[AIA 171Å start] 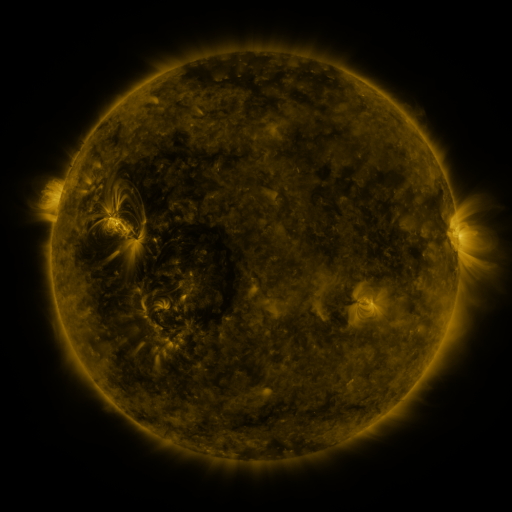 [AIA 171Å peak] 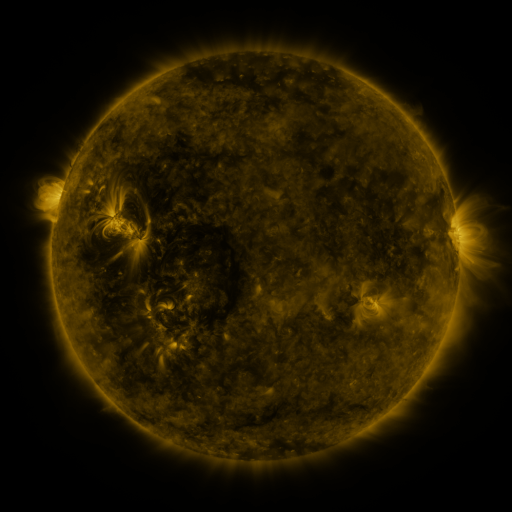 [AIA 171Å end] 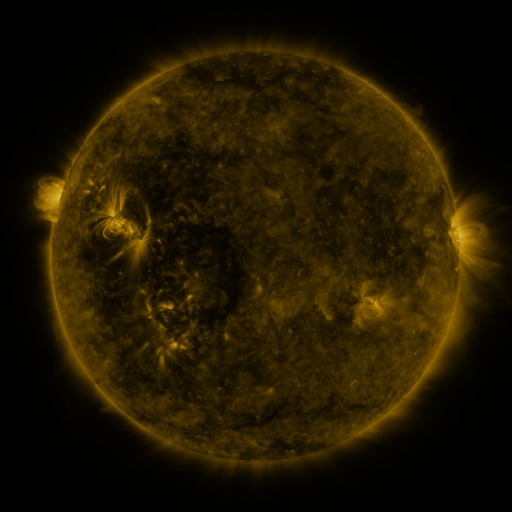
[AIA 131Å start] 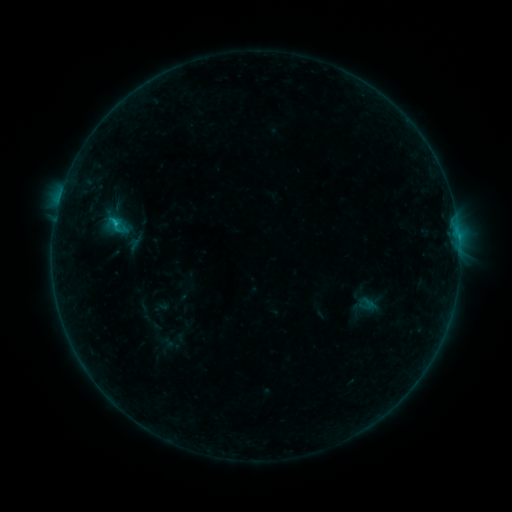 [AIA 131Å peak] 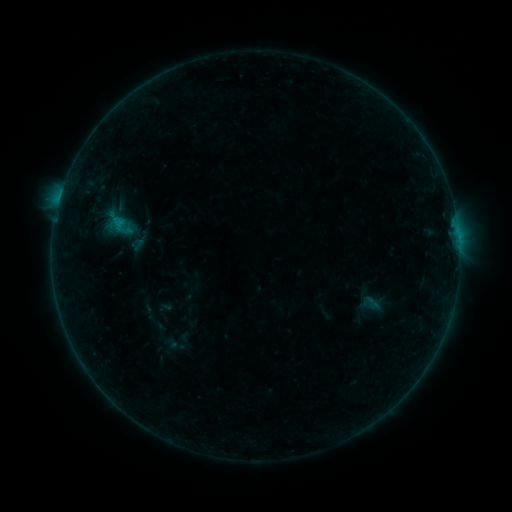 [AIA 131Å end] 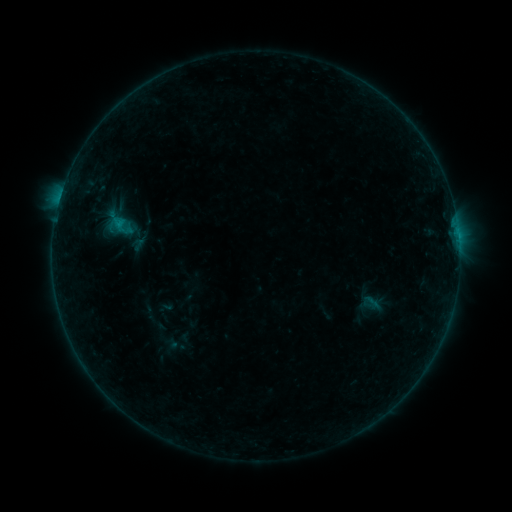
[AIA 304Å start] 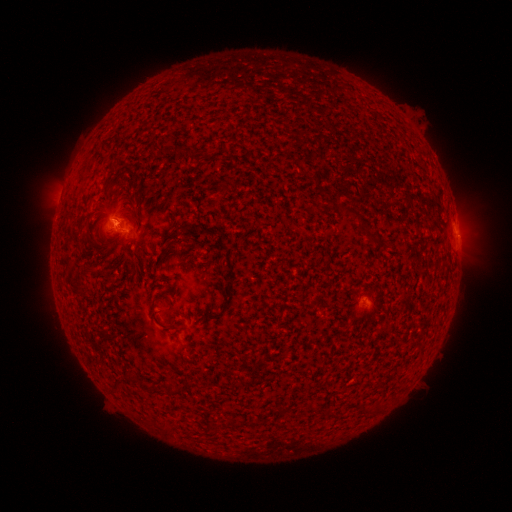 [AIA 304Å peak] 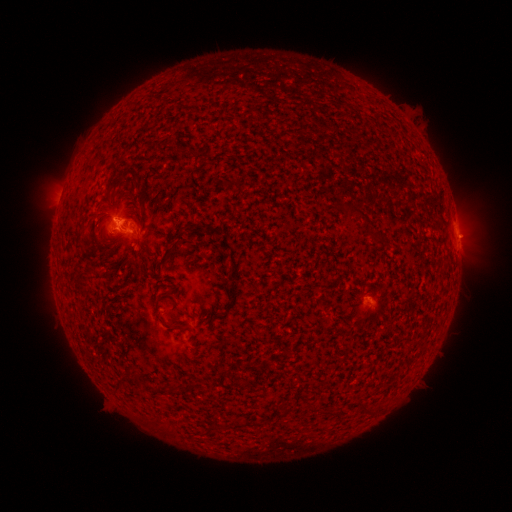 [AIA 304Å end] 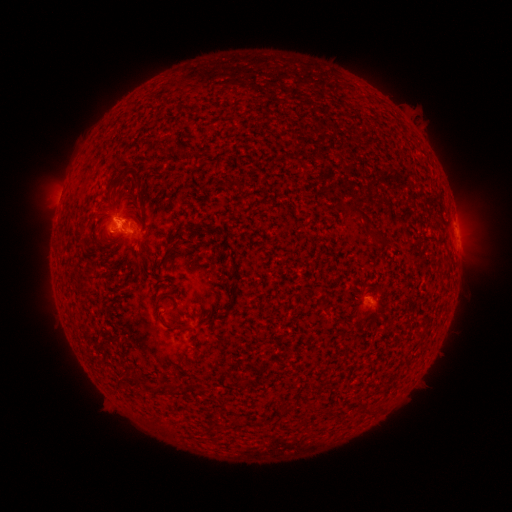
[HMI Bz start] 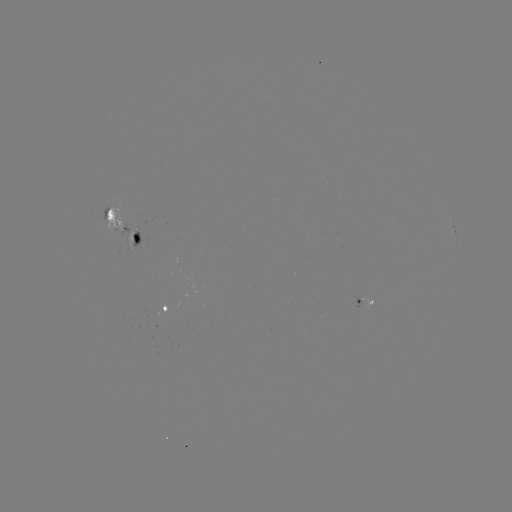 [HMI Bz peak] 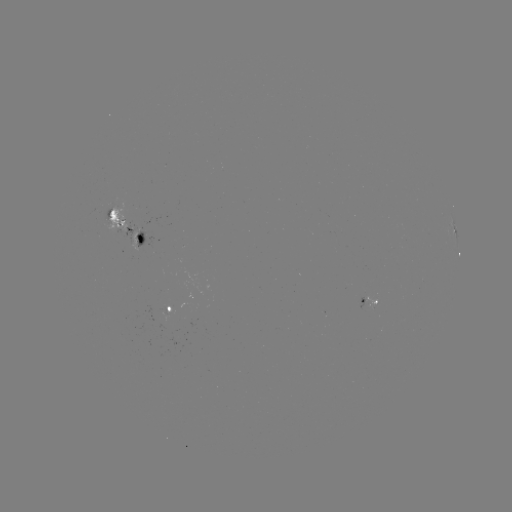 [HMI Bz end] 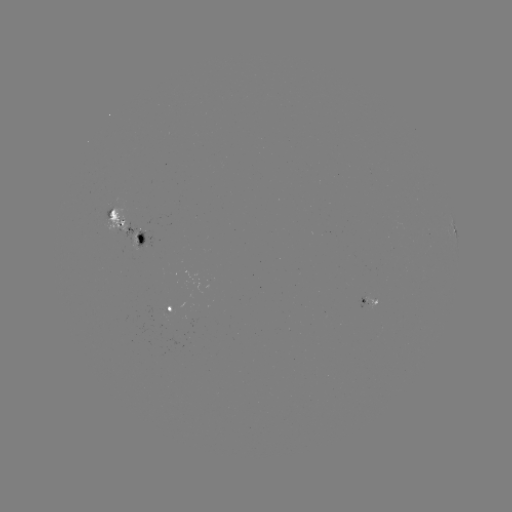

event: emerging-flux region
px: (130, 228)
